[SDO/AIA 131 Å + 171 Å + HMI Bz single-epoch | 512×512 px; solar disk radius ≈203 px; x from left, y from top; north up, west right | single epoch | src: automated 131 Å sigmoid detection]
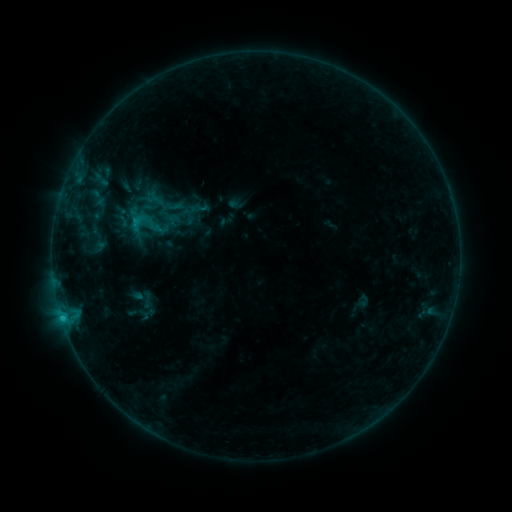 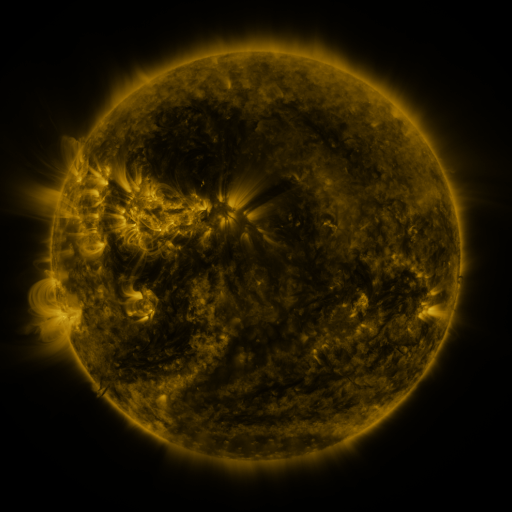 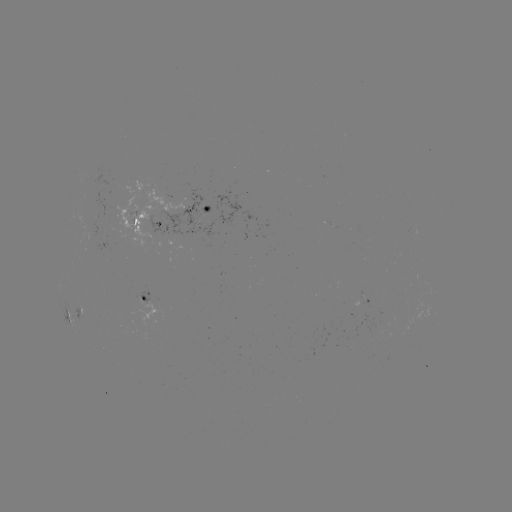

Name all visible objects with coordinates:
sigmoid: (143, 225)
